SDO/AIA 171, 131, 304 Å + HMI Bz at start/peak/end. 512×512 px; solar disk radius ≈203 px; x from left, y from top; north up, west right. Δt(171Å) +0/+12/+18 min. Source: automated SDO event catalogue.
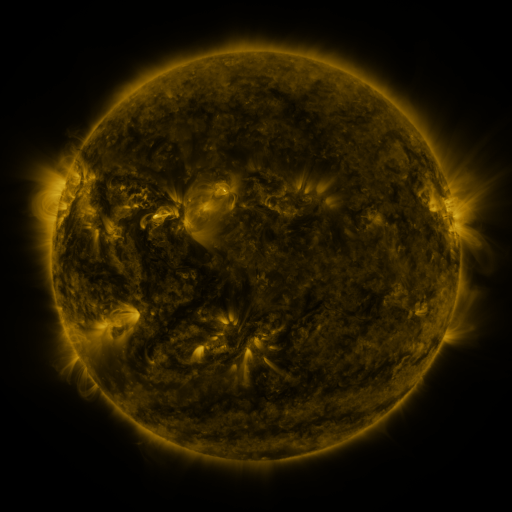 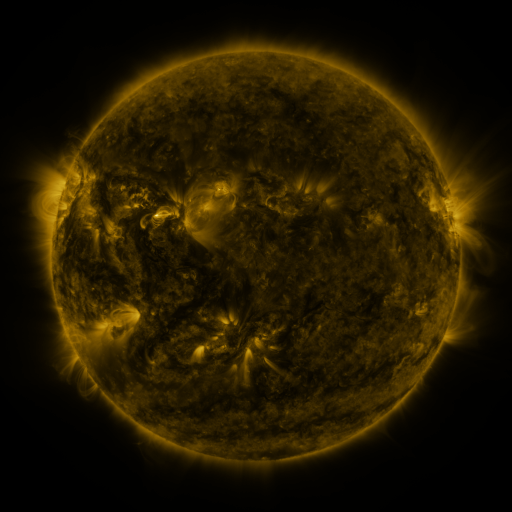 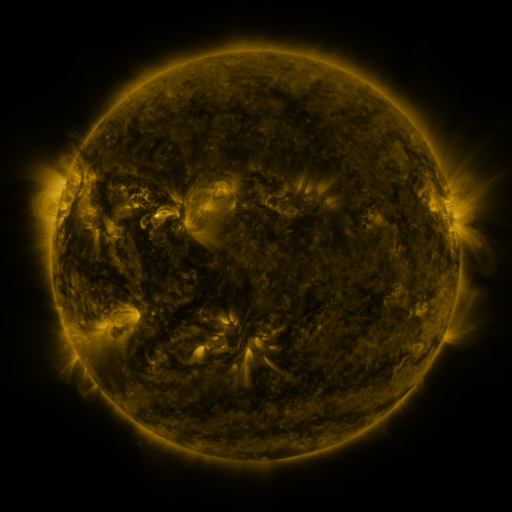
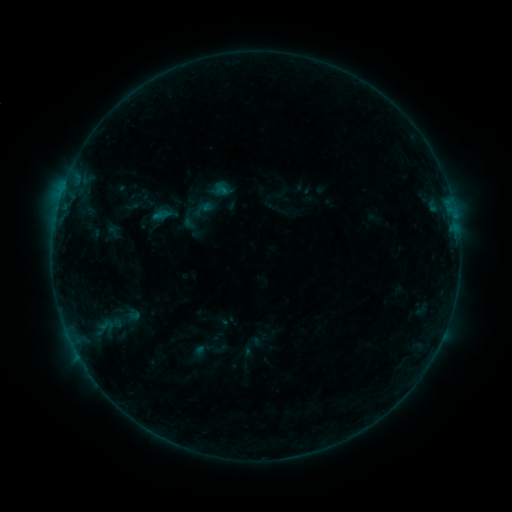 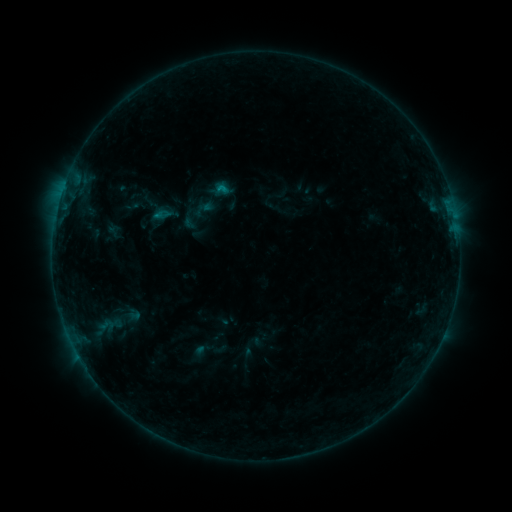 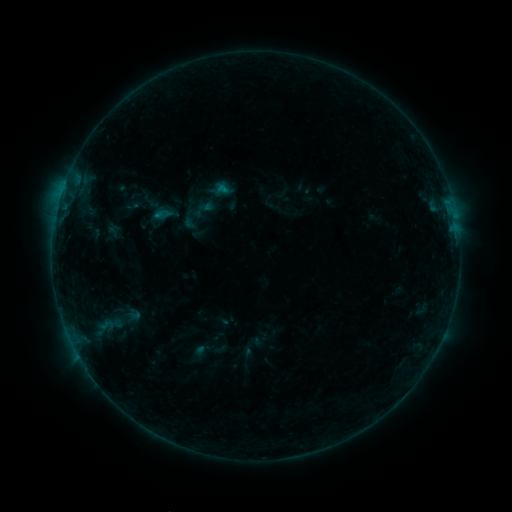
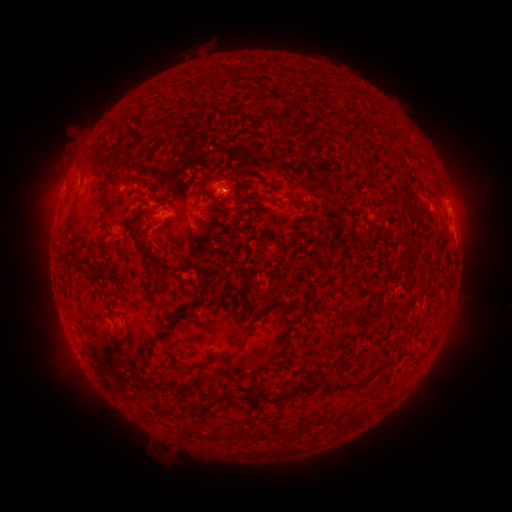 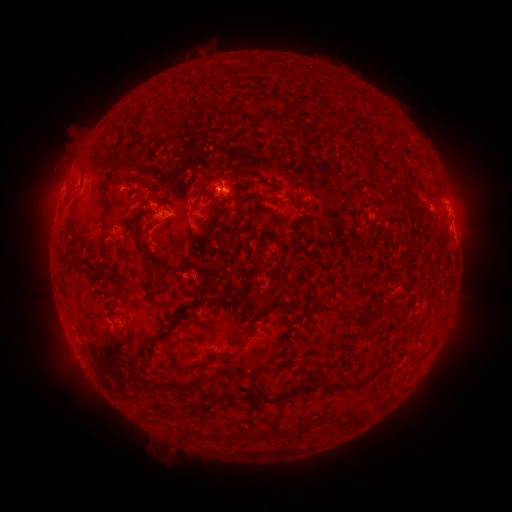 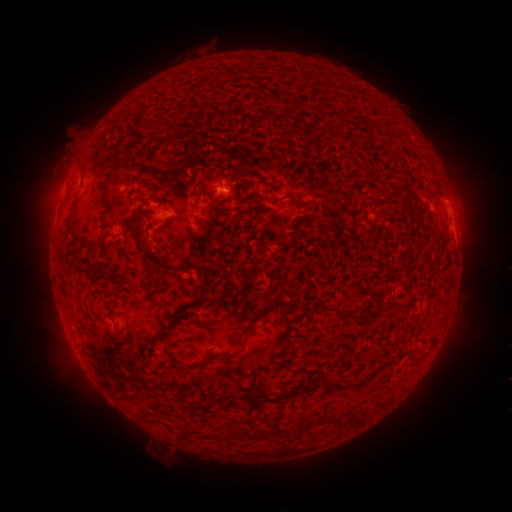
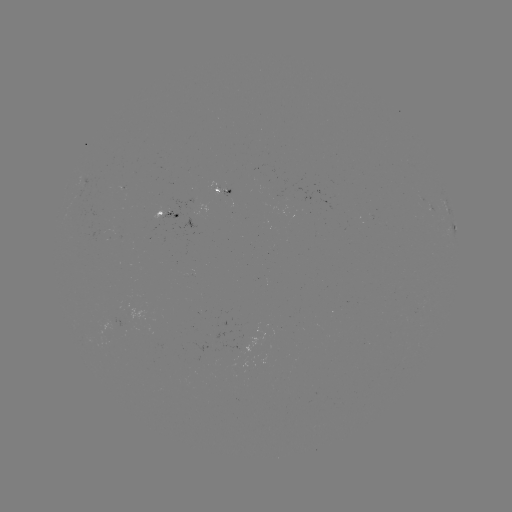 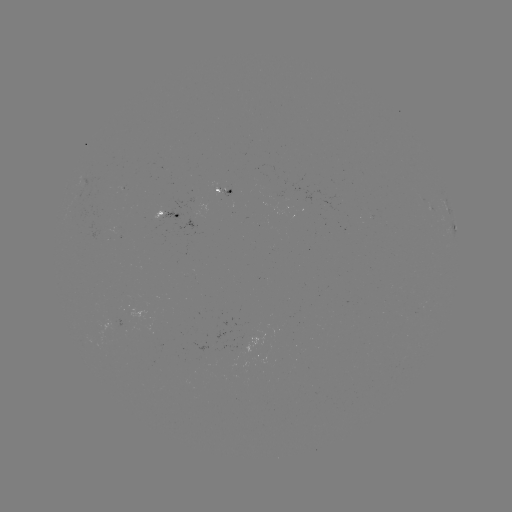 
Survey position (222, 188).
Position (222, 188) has B4.0 flare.